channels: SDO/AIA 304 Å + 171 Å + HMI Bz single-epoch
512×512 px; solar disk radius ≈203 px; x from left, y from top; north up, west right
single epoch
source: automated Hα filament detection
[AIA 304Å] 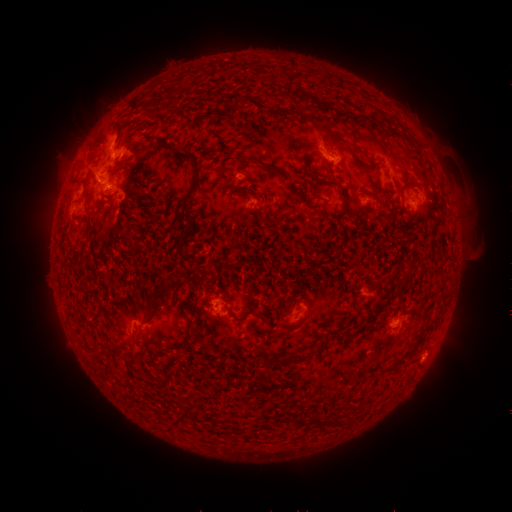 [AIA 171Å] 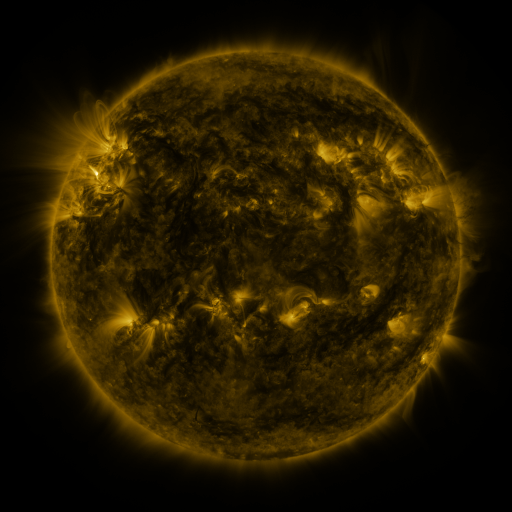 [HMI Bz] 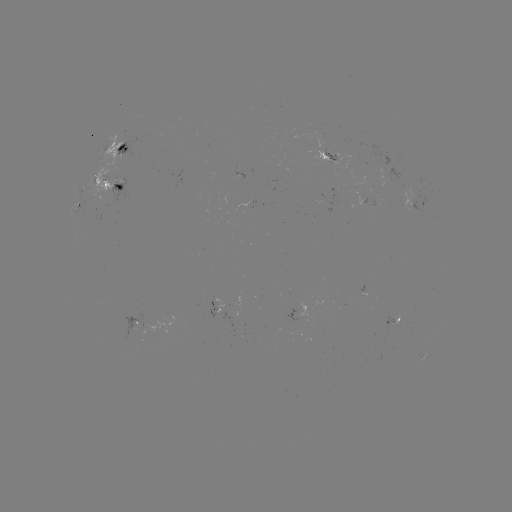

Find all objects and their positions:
filament: [298, 92, 316, 104]
filament: [130, 98, 140, 109]
filament: [329, 135, 351, 148]
filament: [172, 145, 201, 221]
filament: [245, 156, 276, 172]
filament: [339, 190, 346, 200]
filament: [145, 285, 168, 309]
filament: [244, 310, 259, 317]
filament: [281, 353, 309, 367]
filament: [189, 407, 198, 421]
